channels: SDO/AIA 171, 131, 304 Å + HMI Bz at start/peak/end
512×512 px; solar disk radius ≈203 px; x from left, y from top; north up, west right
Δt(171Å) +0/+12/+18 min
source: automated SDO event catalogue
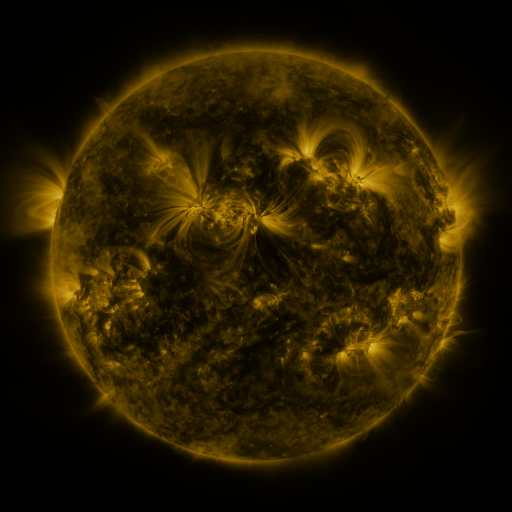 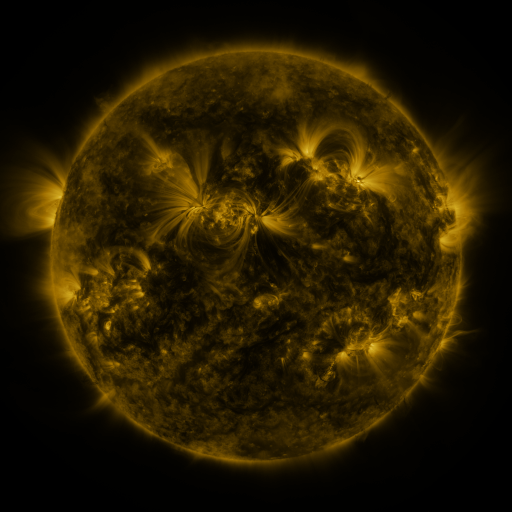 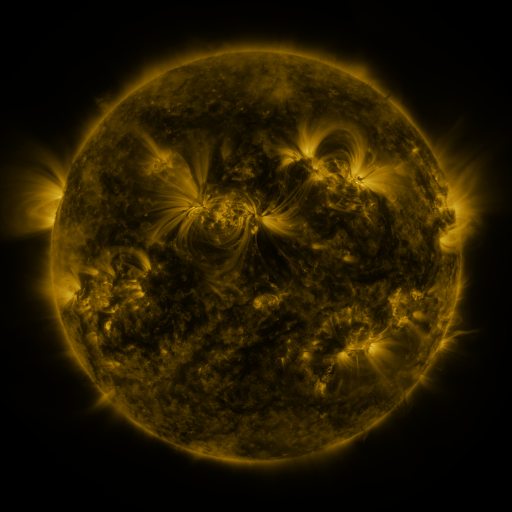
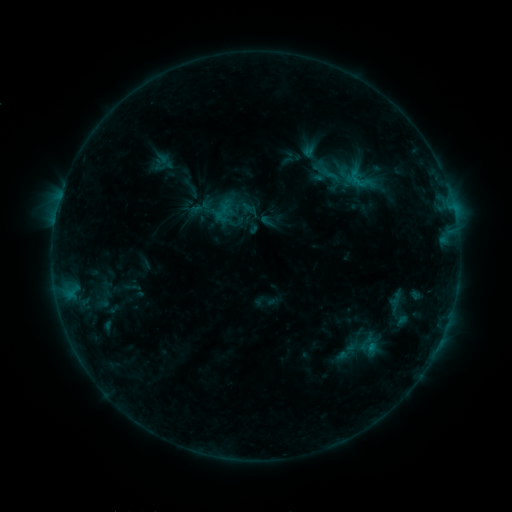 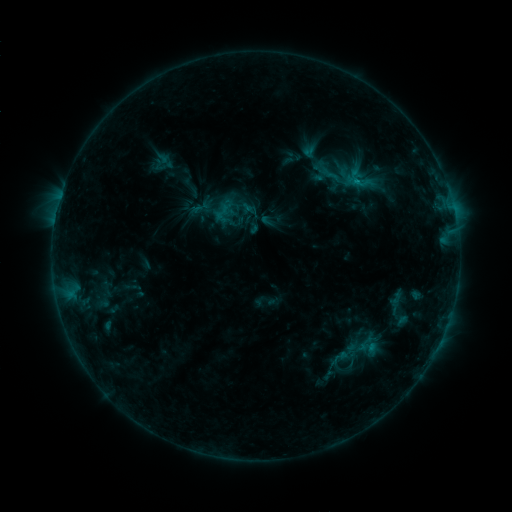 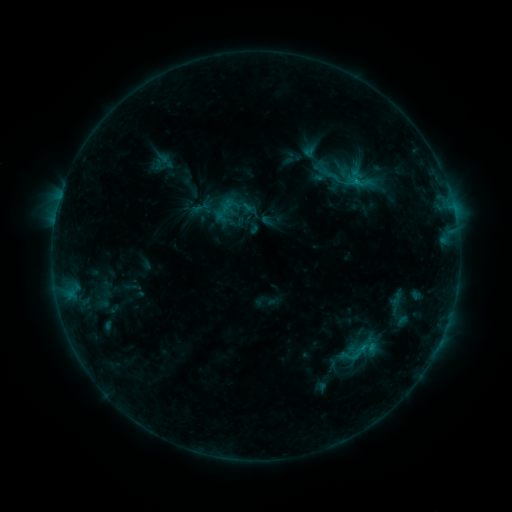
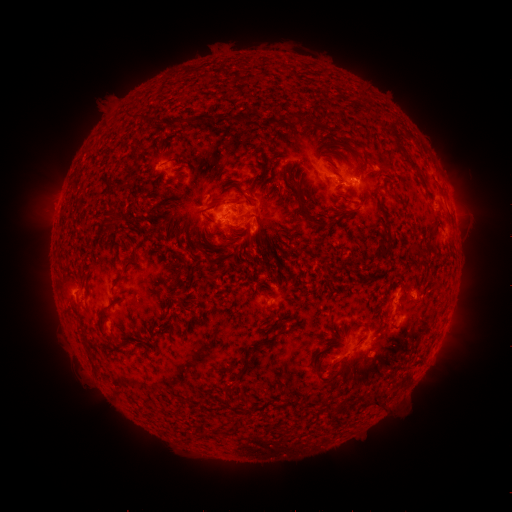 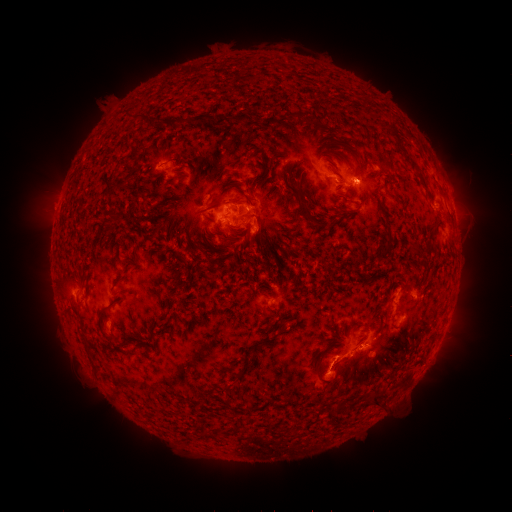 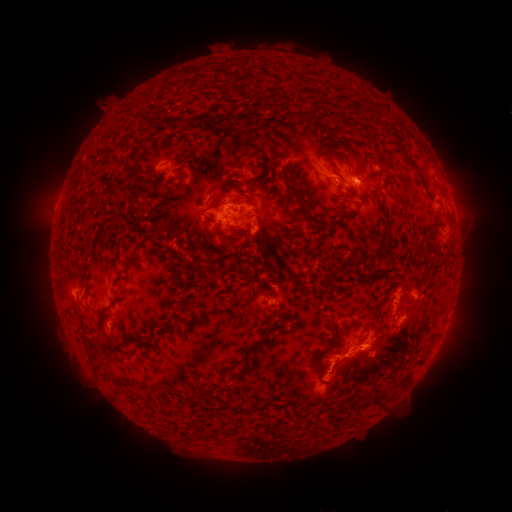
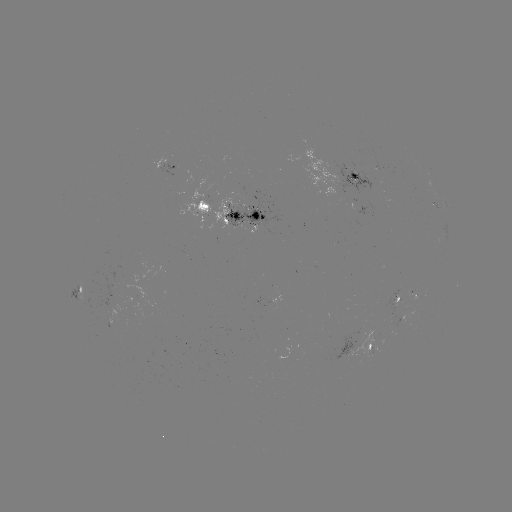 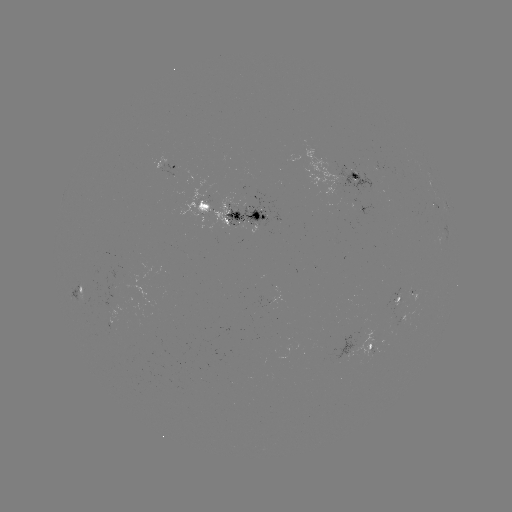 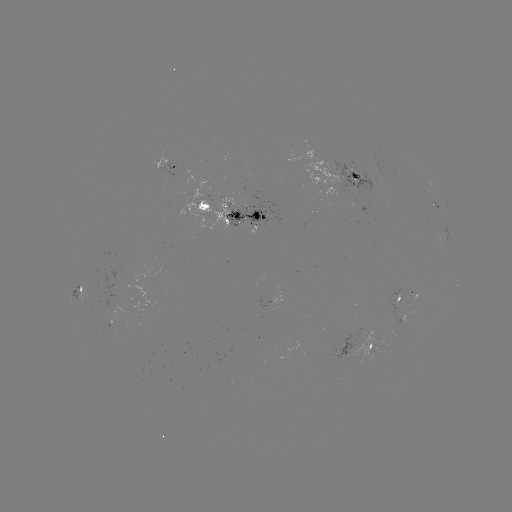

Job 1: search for eruption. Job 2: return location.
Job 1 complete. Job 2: [330, 383].